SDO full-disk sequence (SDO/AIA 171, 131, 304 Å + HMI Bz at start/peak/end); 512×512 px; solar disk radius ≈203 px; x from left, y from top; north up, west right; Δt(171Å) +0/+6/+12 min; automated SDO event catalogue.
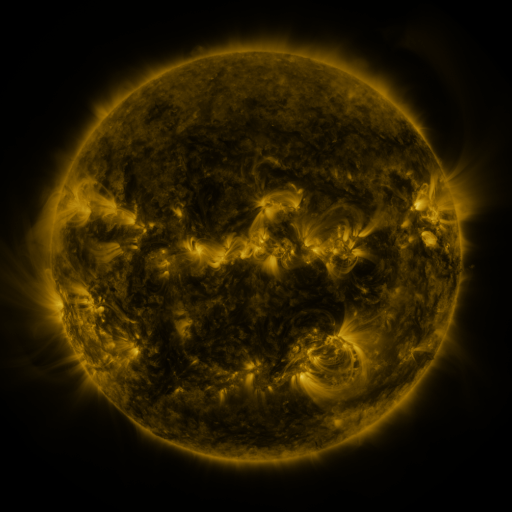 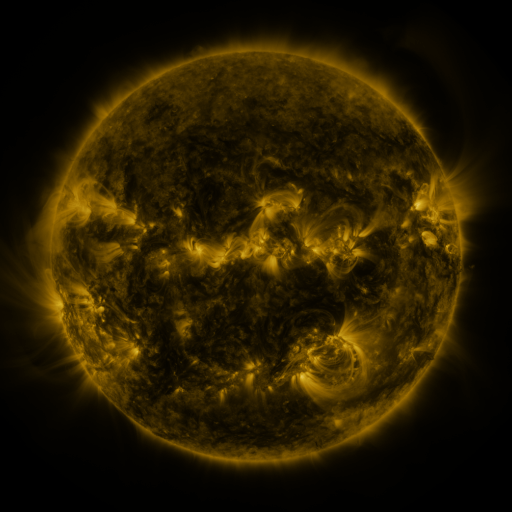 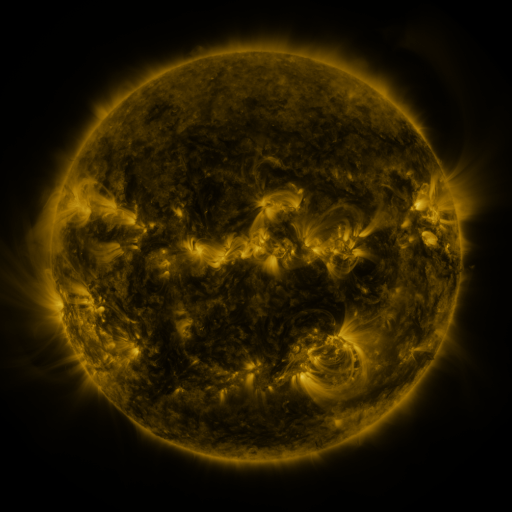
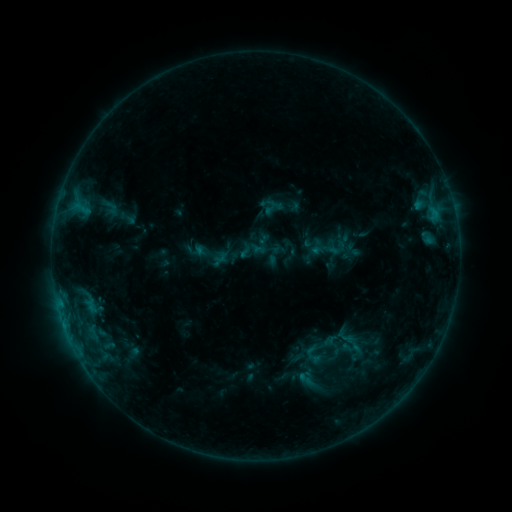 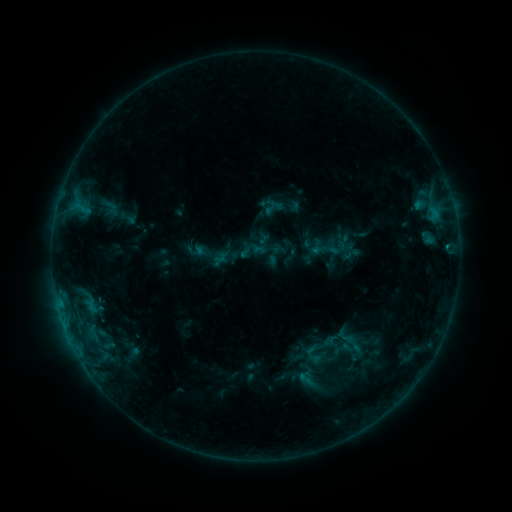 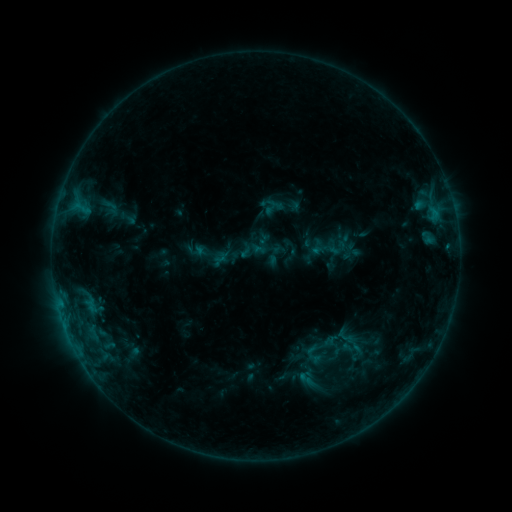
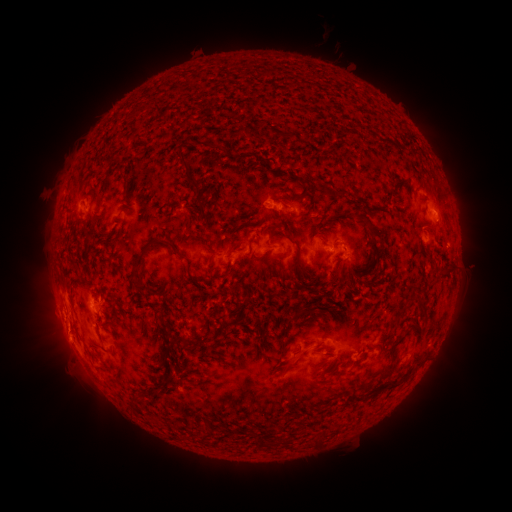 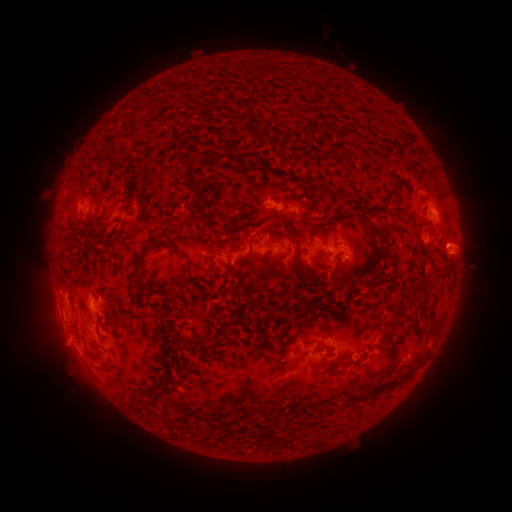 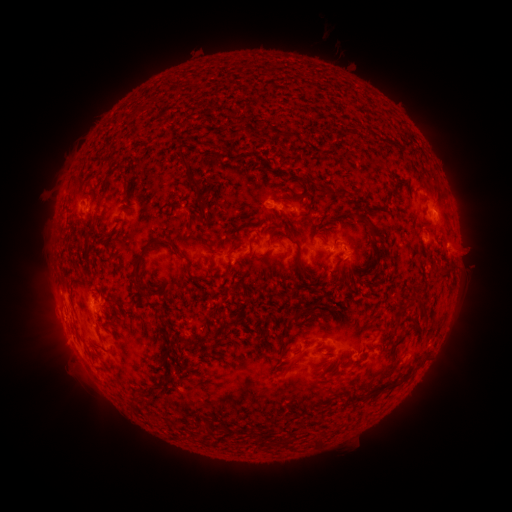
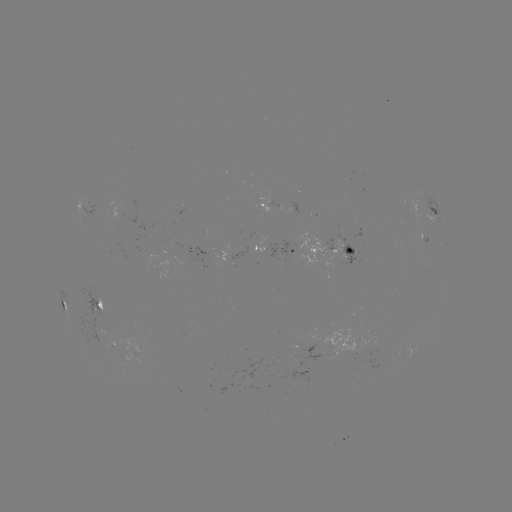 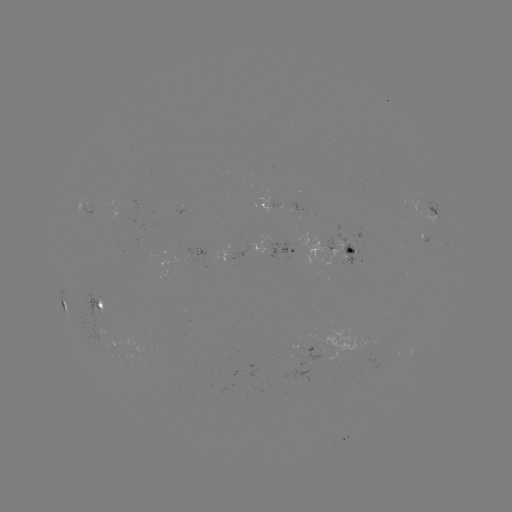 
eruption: (428, 195, 495, 282)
